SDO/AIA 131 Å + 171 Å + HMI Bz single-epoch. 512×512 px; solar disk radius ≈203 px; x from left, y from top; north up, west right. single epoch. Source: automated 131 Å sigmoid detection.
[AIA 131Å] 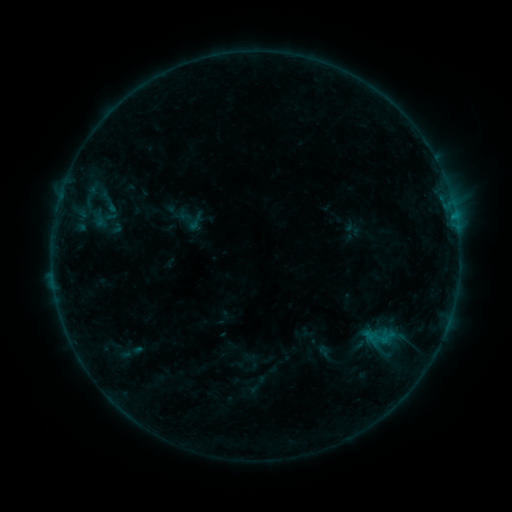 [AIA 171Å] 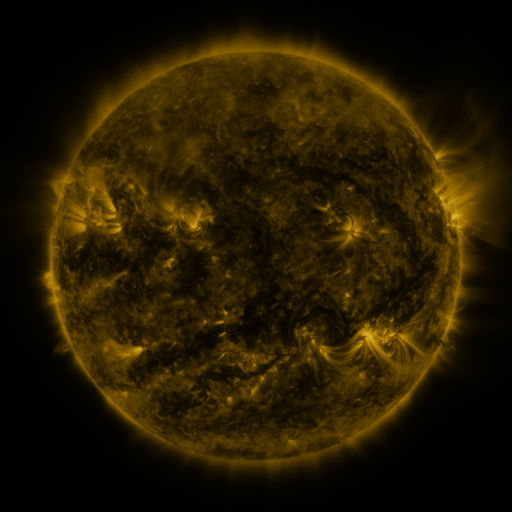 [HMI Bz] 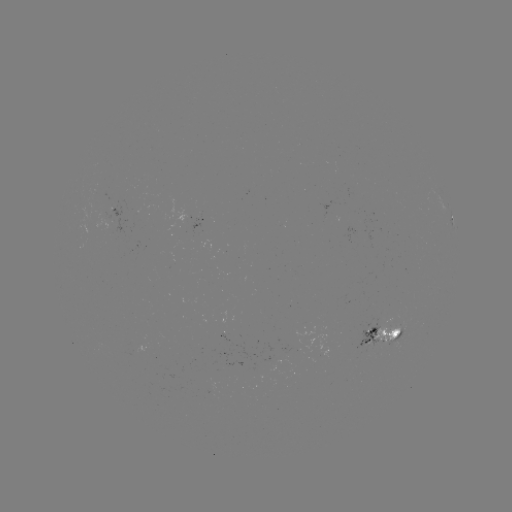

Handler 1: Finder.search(sigmoid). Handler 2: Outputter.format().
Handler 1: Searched sigmoid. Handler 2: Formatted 196,222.